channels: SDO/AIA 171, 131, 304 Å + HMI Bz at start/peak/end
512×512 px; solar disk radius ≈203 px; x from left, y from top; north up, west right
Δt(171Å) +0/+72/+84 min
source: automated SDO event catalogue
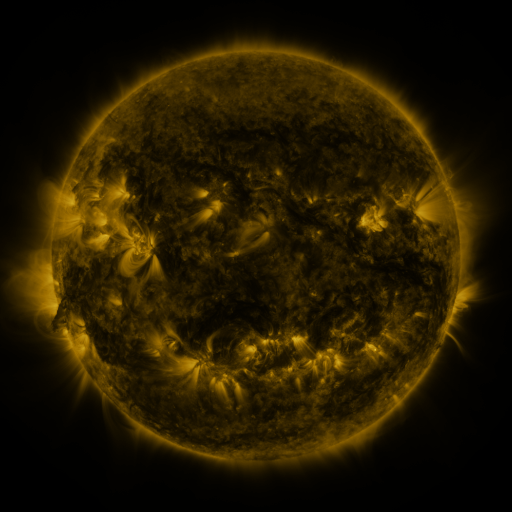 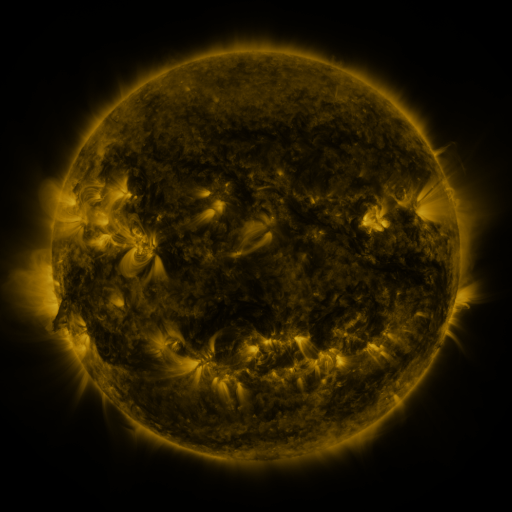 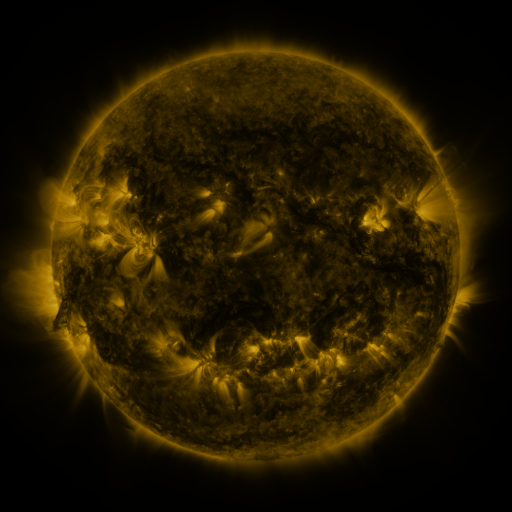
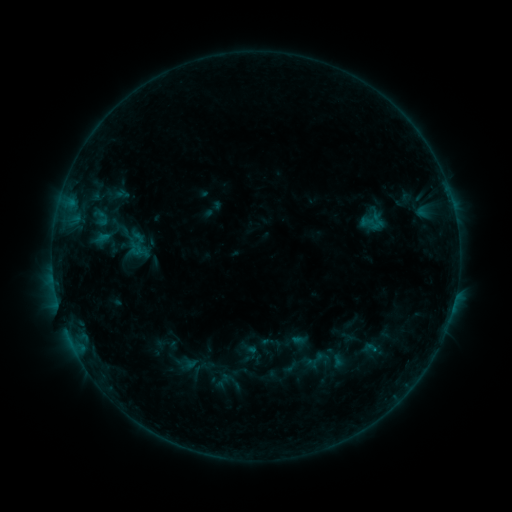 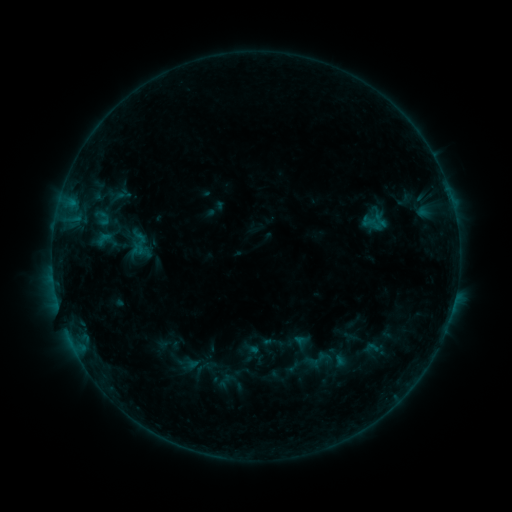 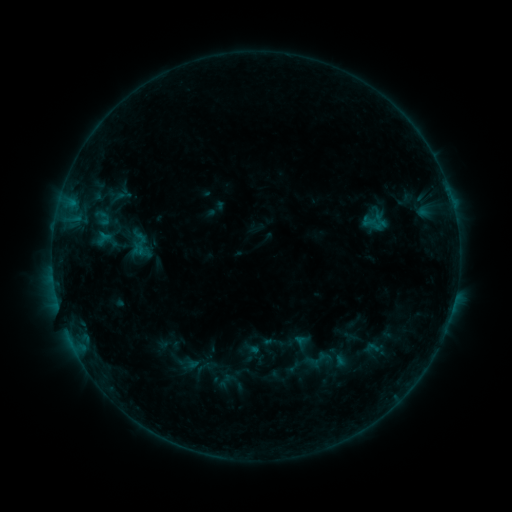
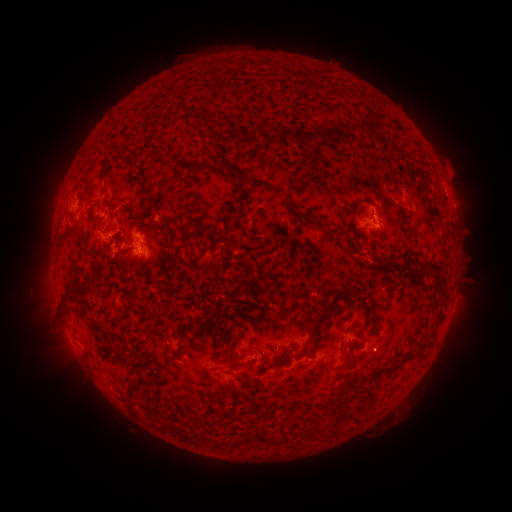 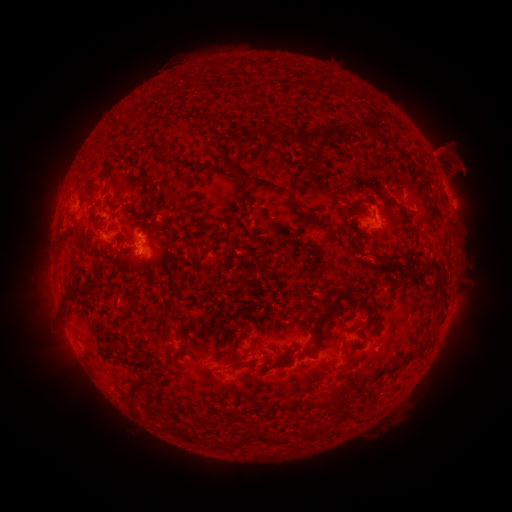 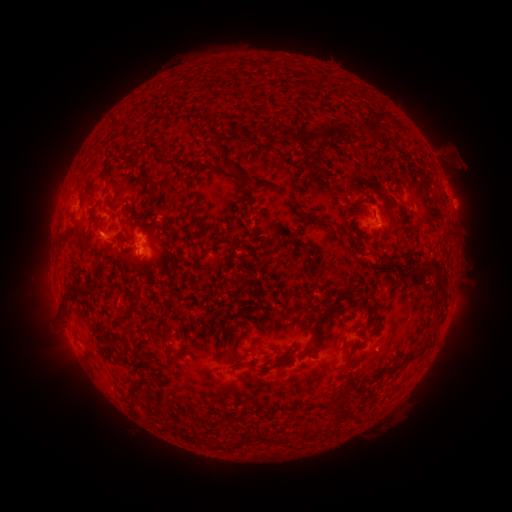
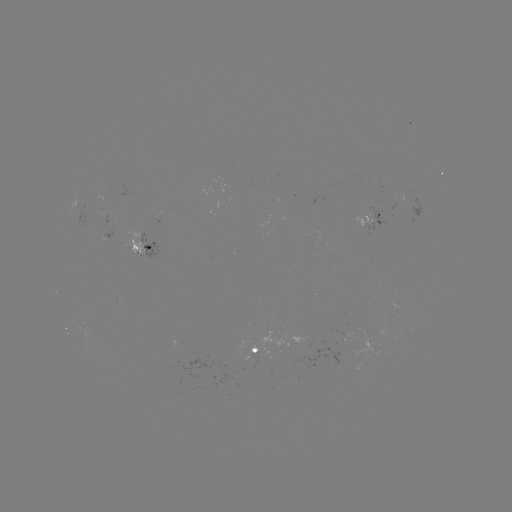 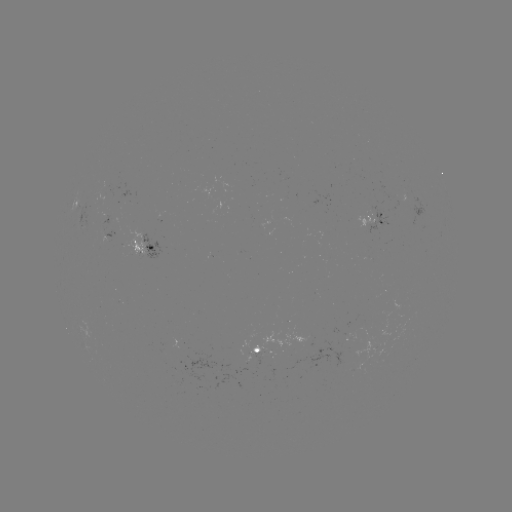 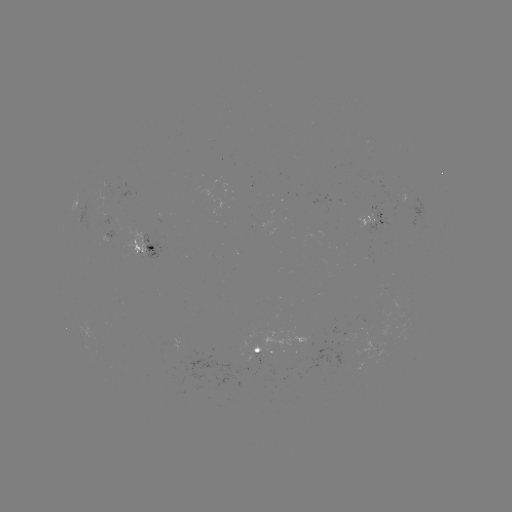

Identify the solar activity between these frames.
emerging-flux region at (374, 209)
